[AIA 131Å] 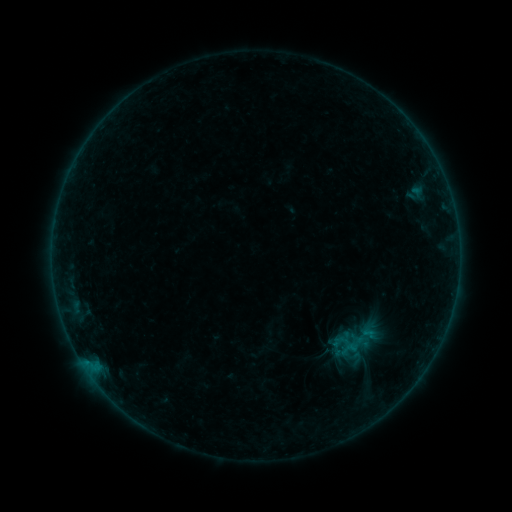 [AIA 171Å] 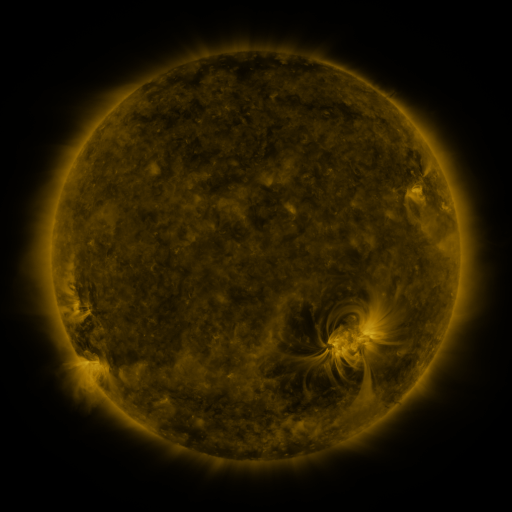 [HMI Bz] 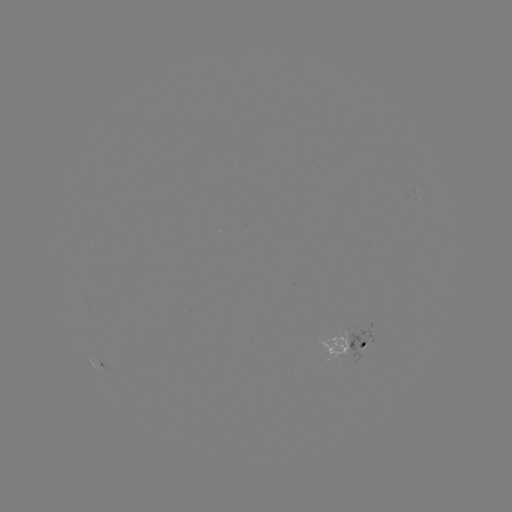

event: sigmoid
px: (349, 349)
